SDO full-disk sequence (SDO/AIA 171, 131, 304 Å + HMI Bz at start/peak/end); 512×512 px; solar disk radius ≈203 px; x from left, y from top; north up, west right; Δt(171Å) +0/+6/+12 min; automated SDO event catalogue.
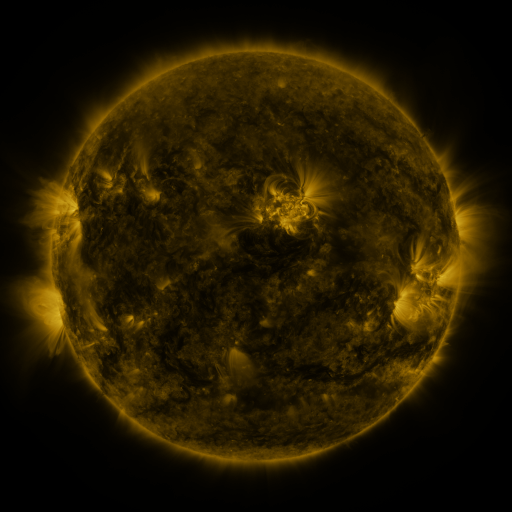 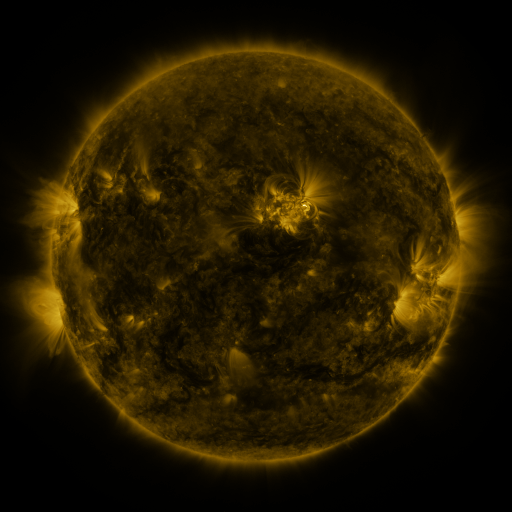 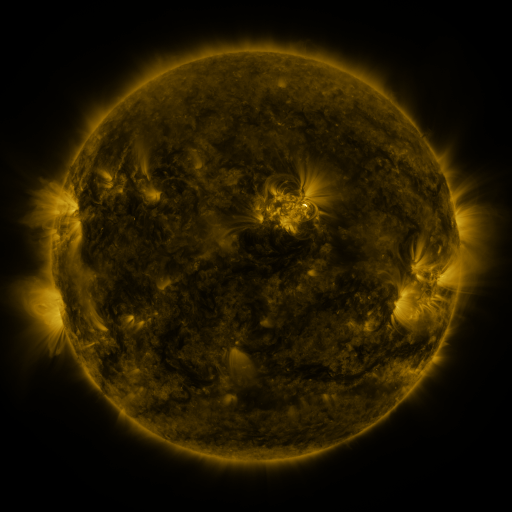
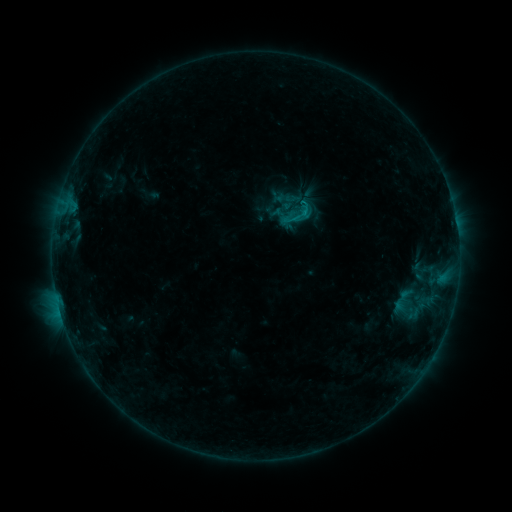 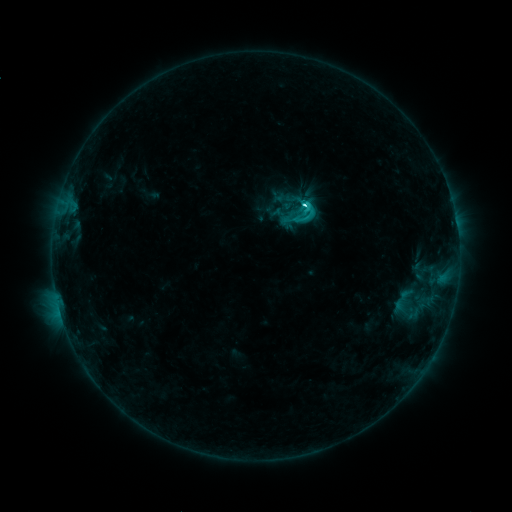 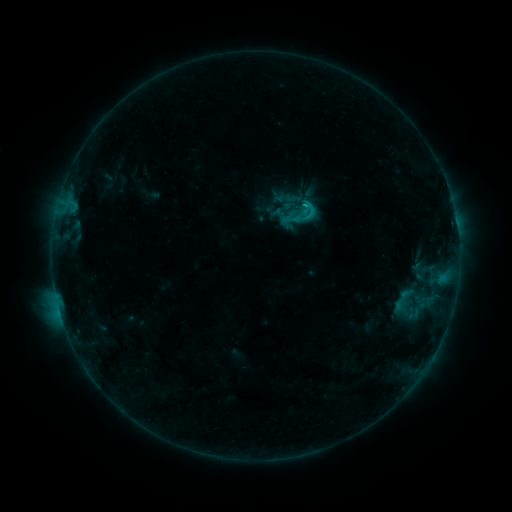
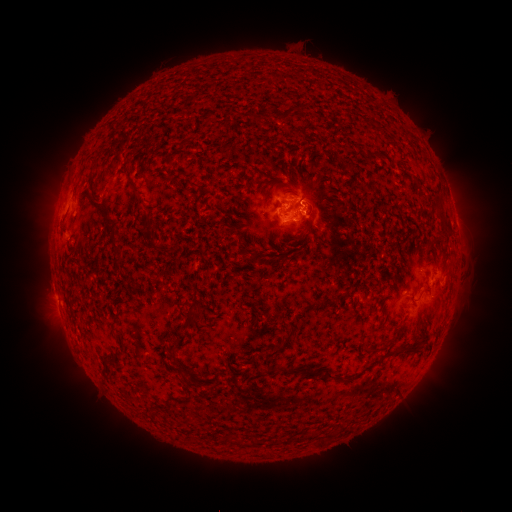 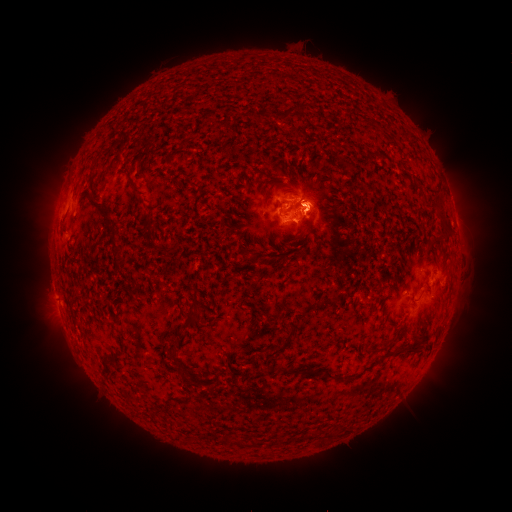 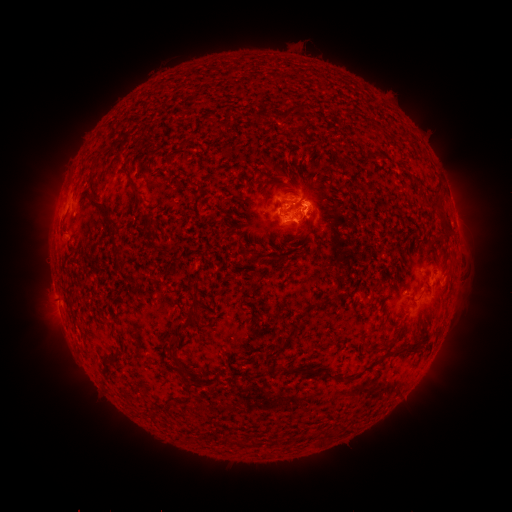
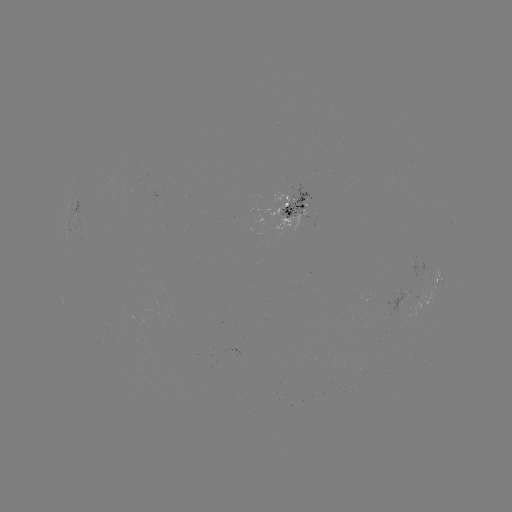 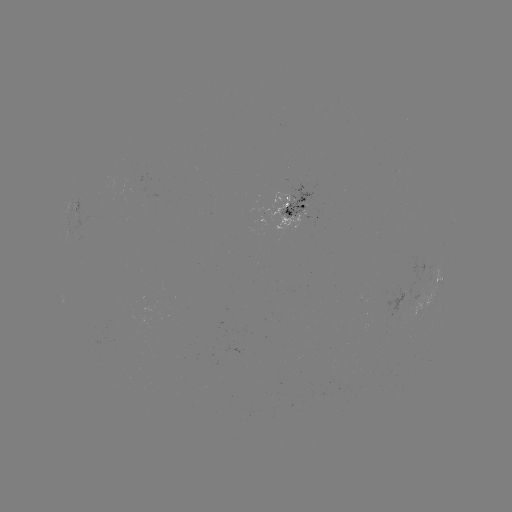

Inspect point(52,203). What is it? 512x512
eruption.